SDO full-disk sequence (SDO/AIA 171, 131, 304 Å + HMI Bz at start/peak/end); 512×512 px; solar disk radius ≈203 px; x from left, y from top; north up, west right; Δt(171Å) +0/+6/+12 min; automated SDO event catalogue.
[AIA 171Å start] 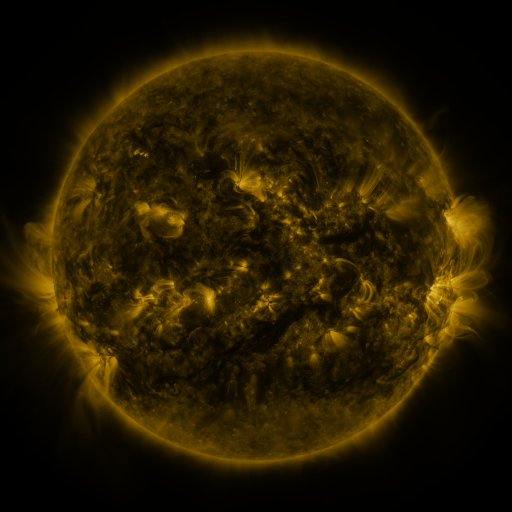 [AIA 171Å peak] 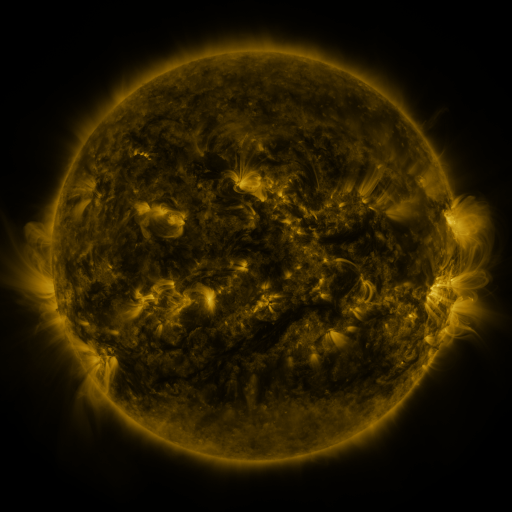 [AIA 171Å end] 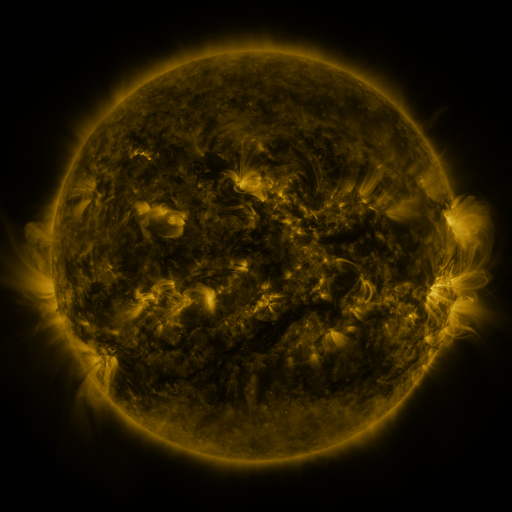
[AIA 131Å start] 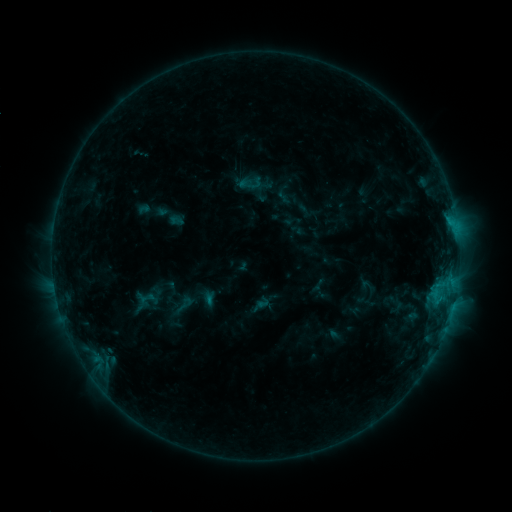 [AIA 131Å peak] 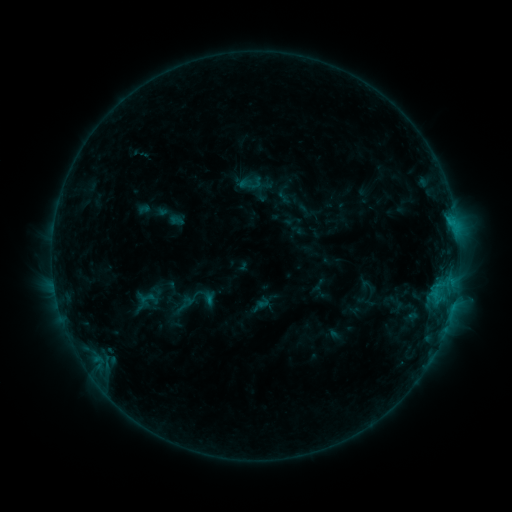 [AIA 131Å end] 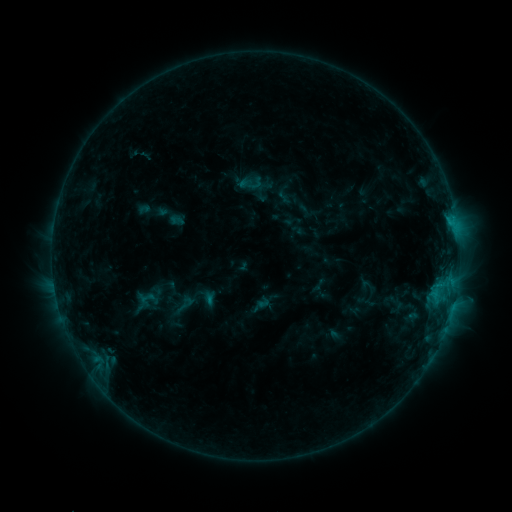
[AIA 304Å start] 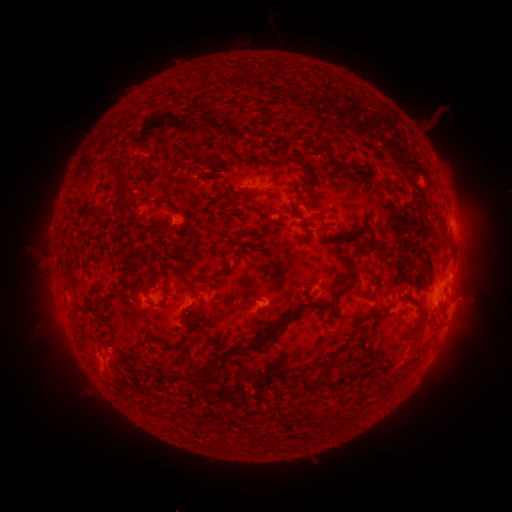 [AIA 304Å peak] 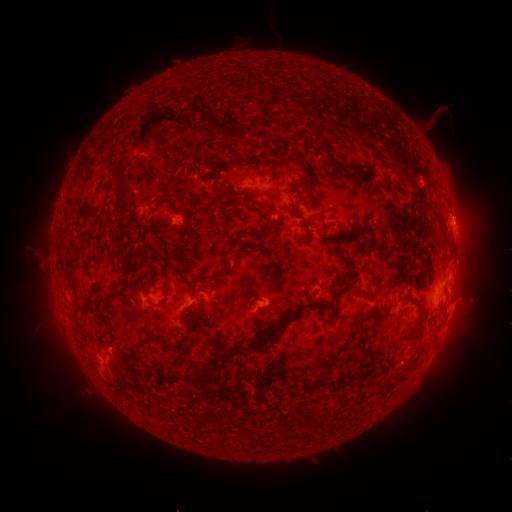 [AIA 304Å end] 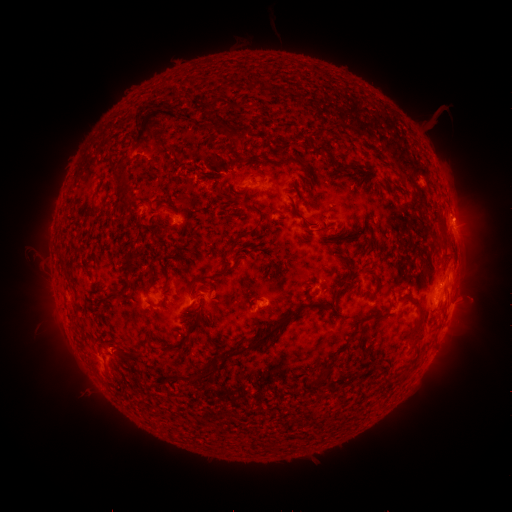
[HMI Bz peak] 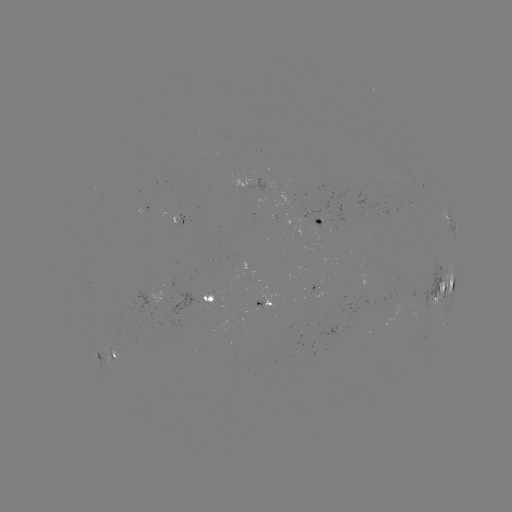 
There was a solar eruption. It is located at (469, 213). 